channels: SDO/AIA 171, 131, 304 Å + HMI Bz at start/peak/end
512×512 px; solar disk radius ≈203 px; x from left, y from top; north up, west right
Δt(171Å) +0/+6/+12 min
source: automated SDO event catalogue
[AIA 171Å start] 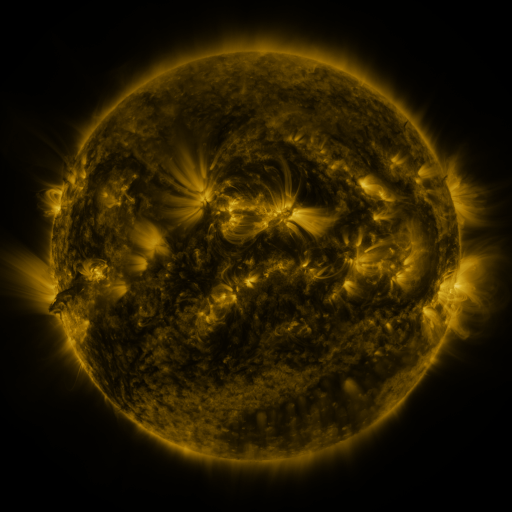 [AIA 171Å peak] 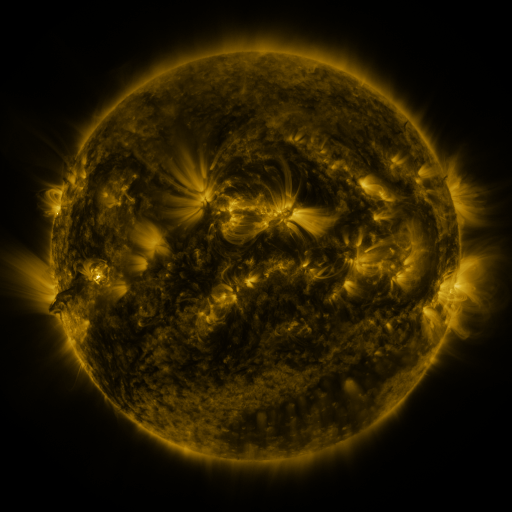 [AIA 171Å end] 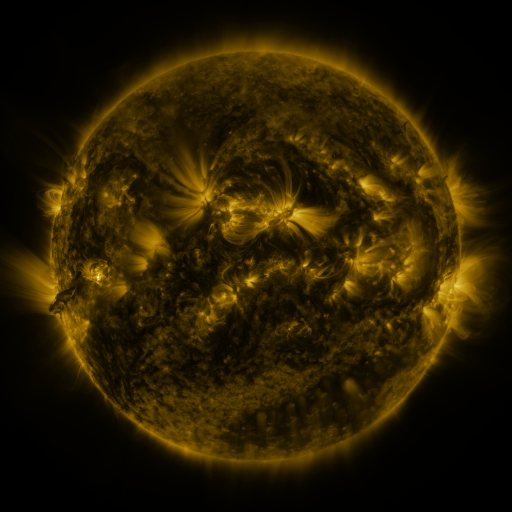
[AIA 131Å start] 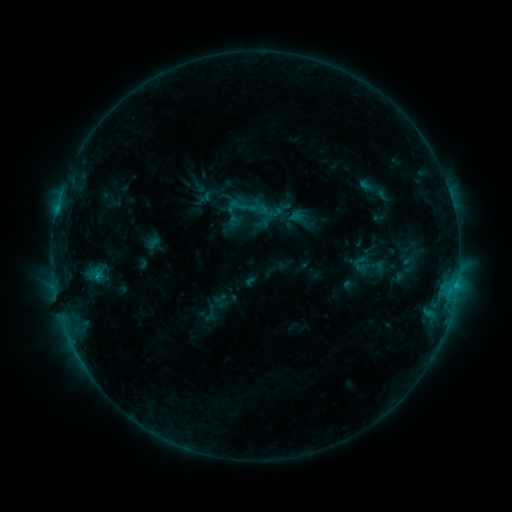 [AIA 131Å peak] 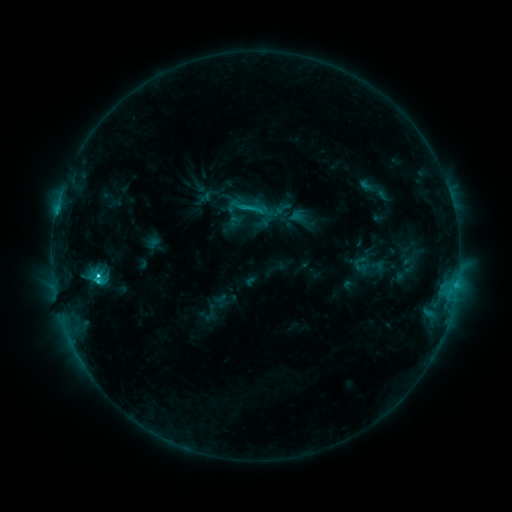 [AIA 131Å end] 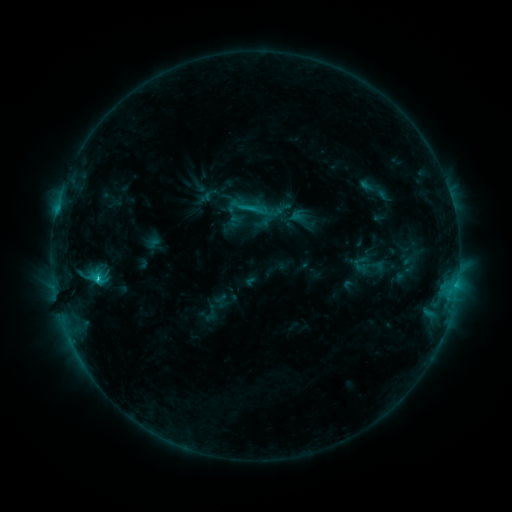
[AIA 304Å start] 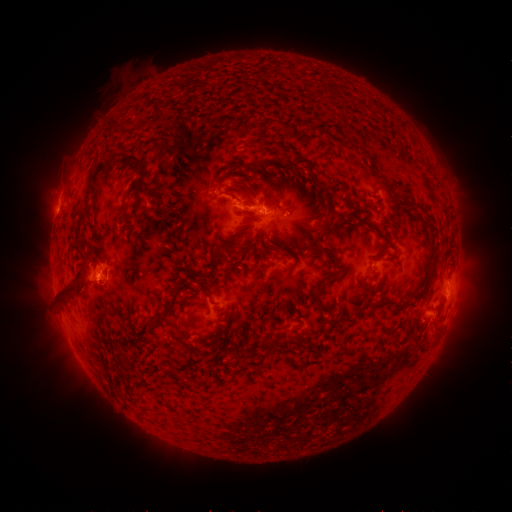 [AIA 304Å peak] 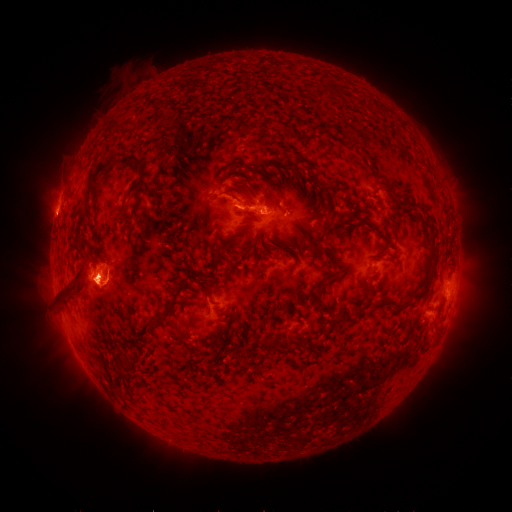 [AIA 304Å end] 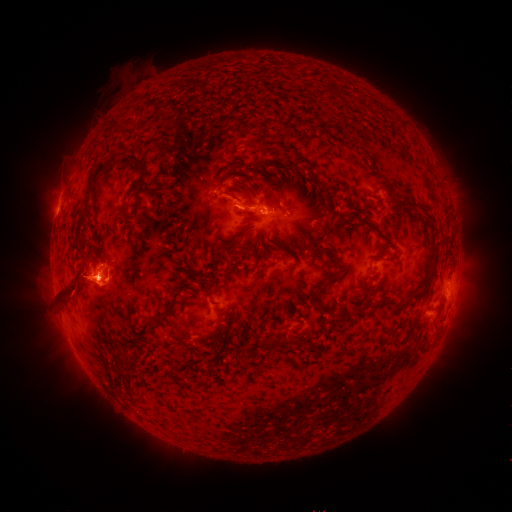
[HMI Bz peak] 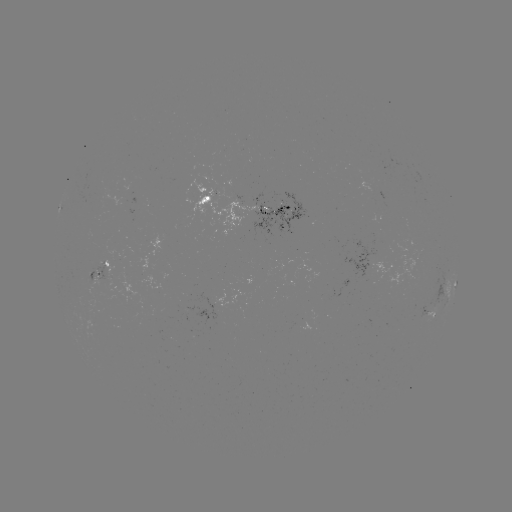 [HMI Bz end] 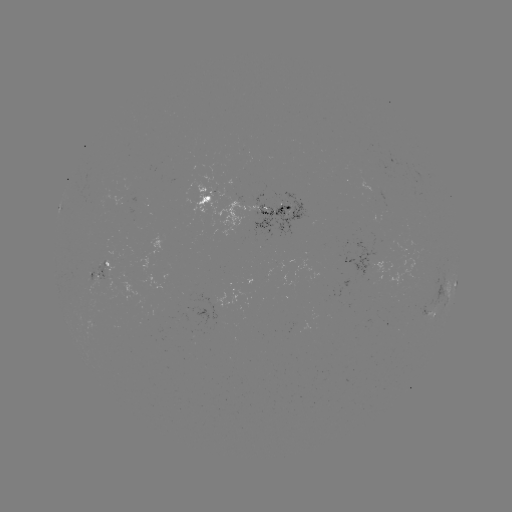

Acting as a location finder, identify C2.7 flare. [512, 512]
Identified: (99, 274).